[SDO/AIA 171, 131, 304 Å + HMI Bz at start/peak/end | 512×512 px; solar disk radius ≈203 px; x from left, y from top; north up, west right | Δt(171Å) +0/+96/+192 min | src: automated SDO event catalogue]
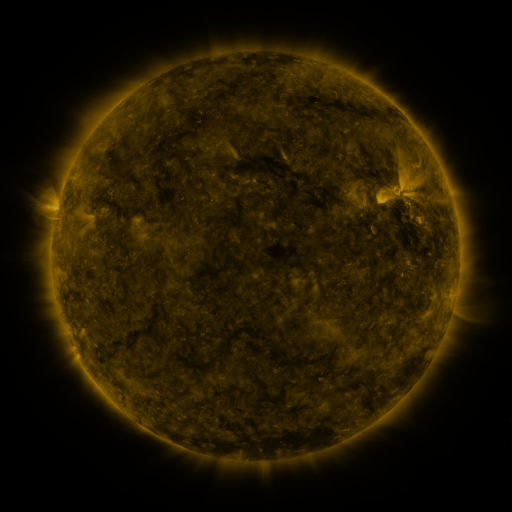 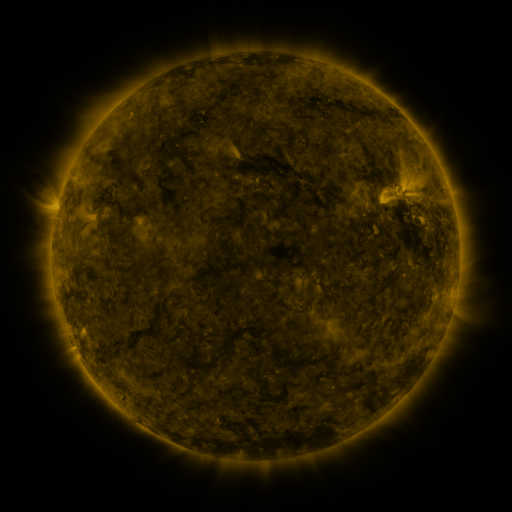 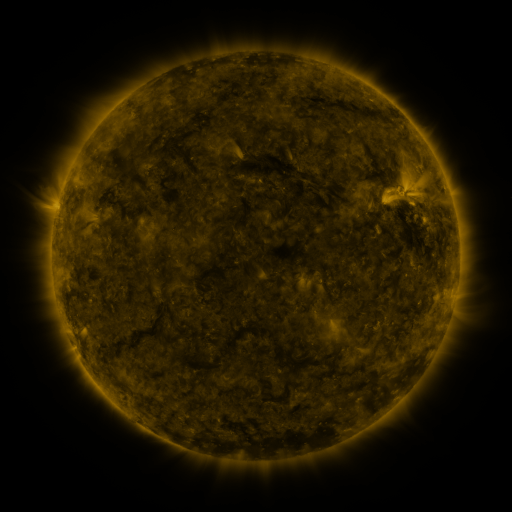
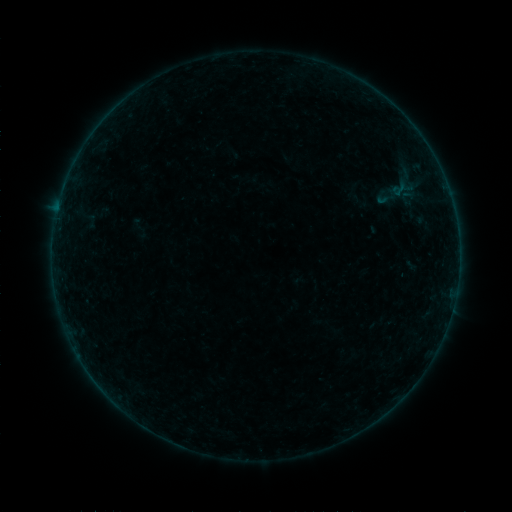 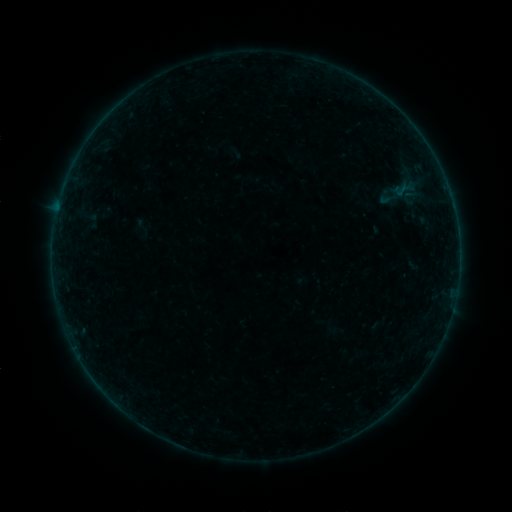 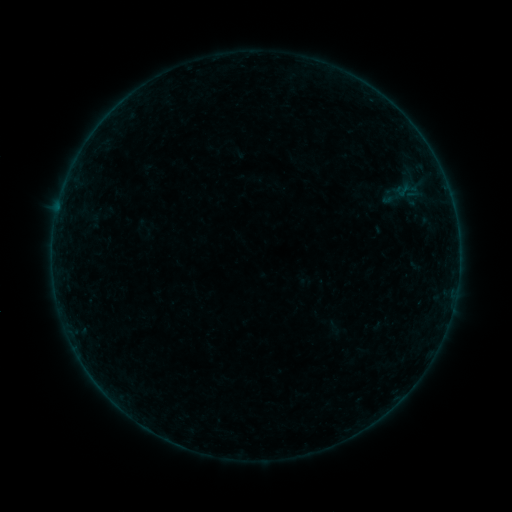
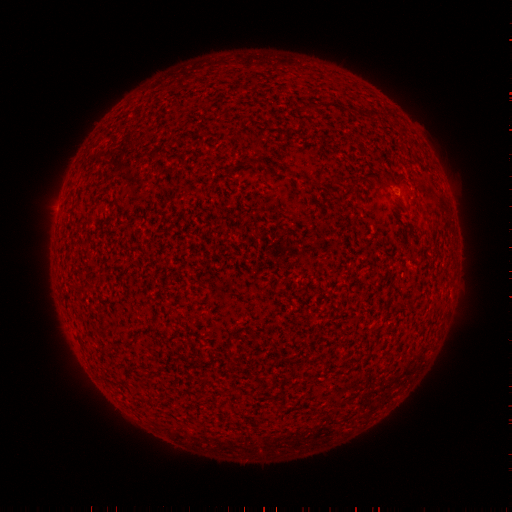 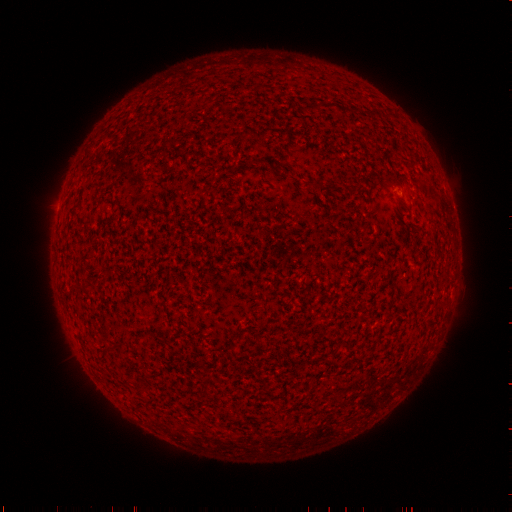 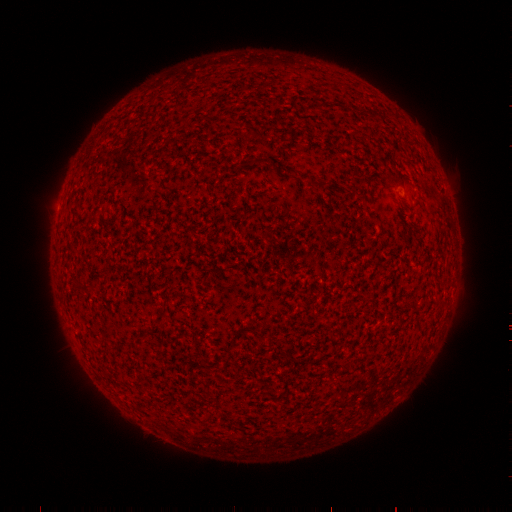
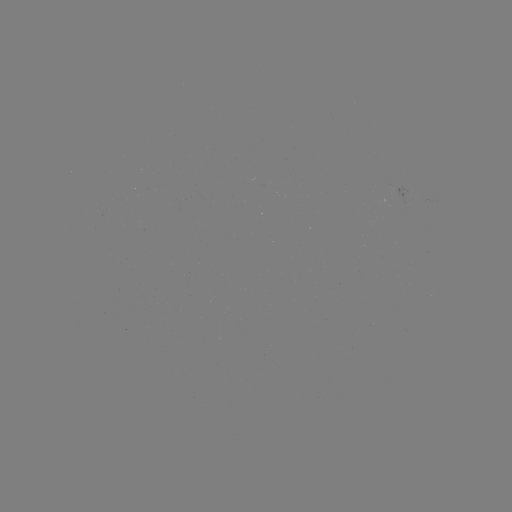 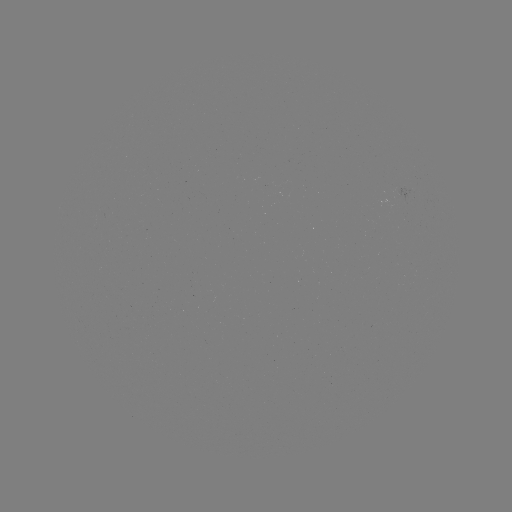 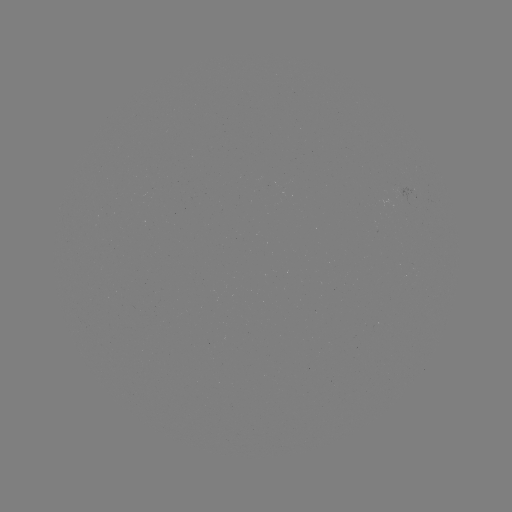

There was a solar filament eruption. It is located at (389, 322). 